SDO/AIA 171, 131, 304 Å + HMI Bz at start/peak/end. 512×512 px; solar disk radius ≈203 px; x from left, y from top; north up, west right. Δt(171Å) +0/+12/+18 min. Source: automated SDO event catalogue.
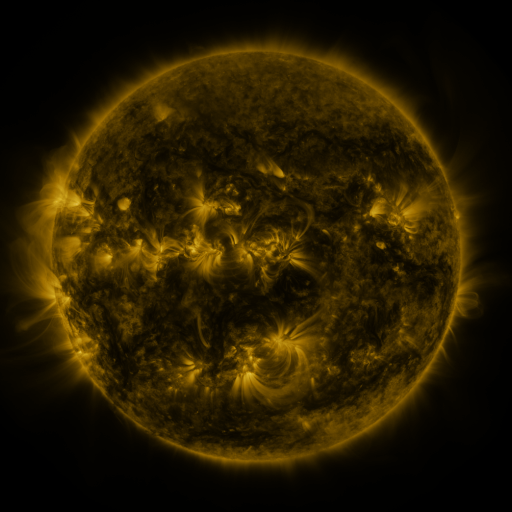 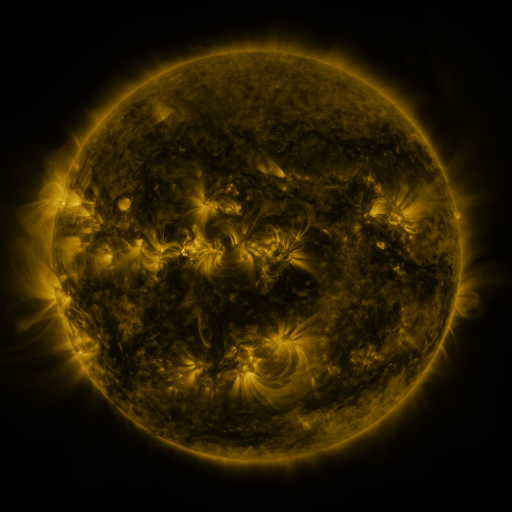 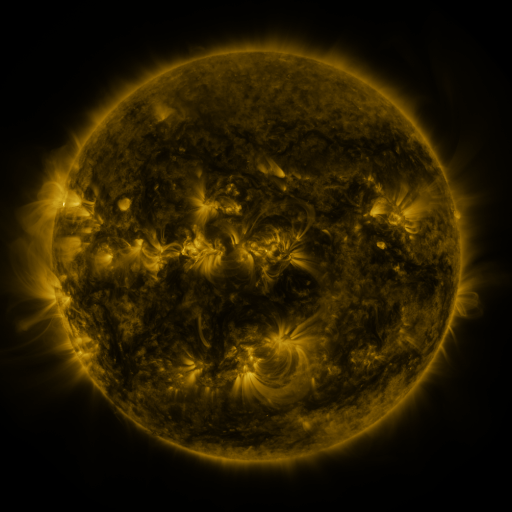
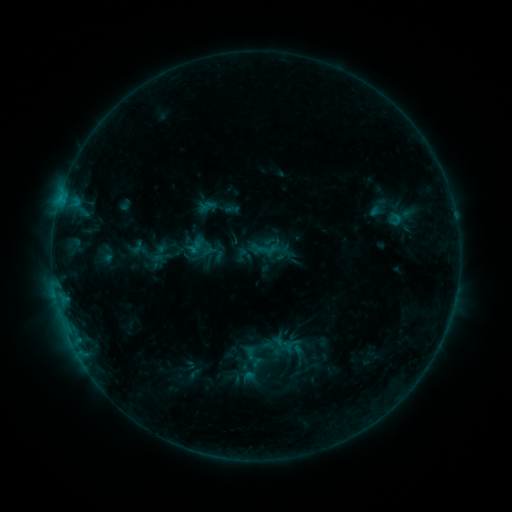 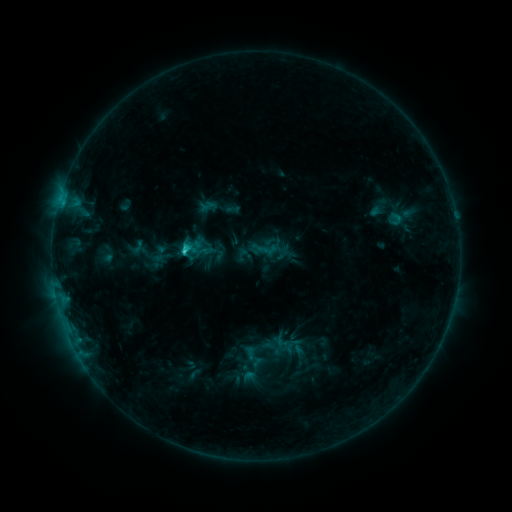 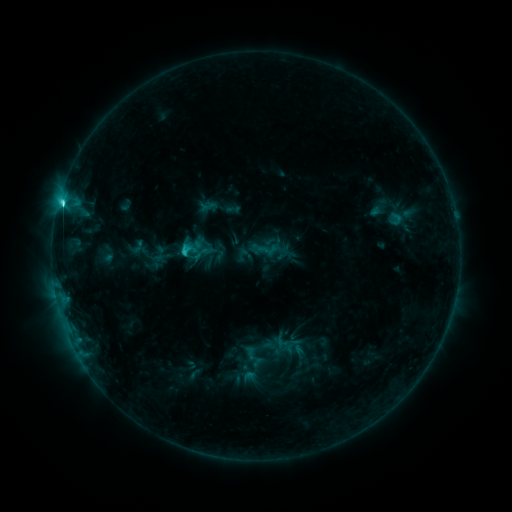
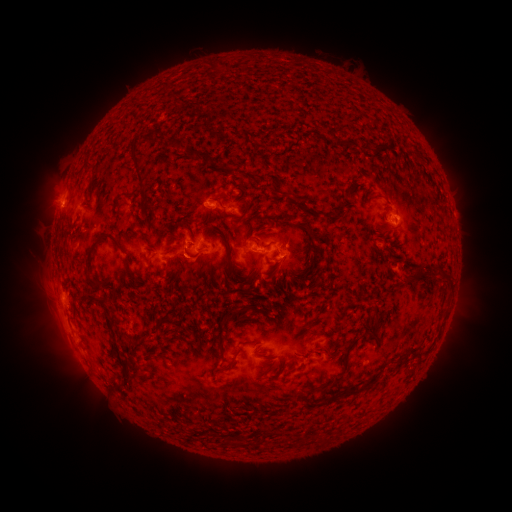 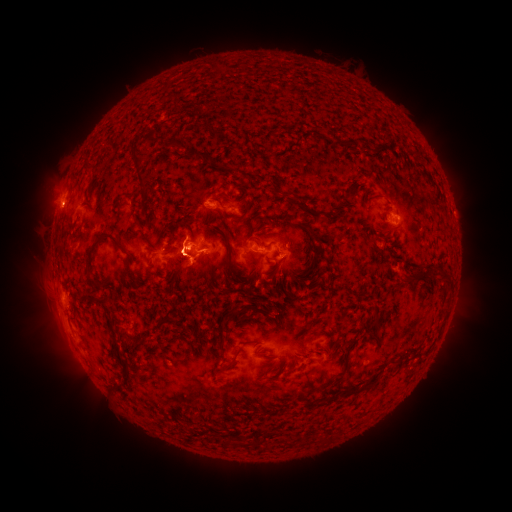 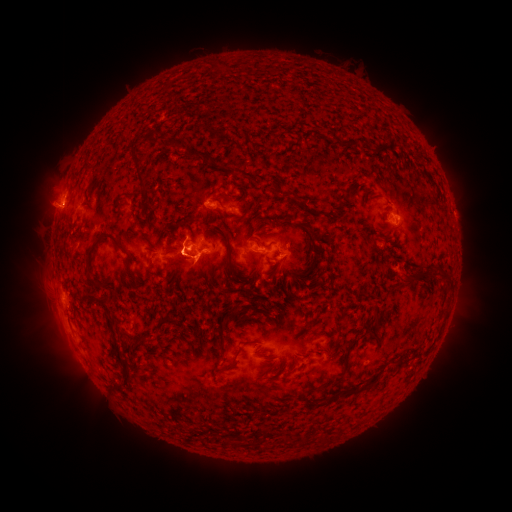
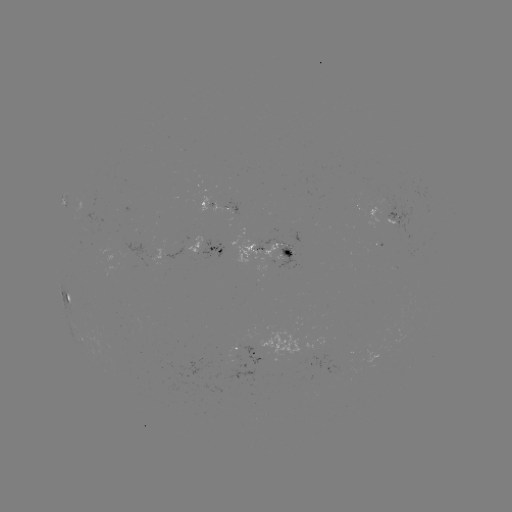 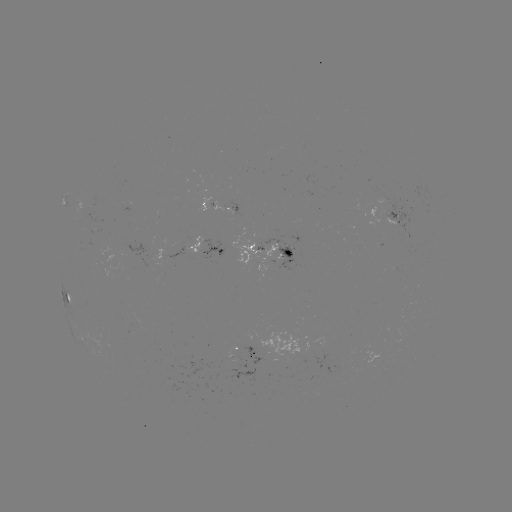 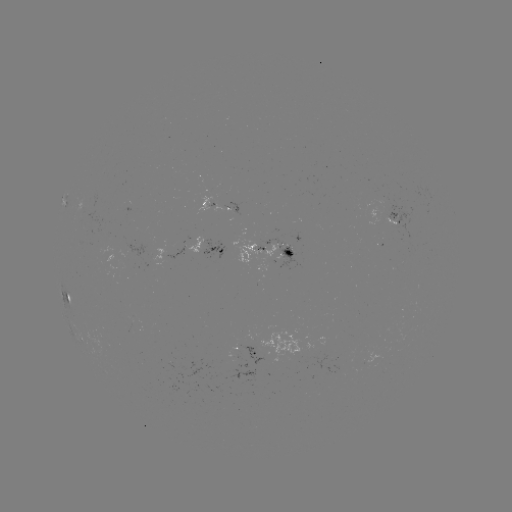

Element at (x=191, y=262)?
eruption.